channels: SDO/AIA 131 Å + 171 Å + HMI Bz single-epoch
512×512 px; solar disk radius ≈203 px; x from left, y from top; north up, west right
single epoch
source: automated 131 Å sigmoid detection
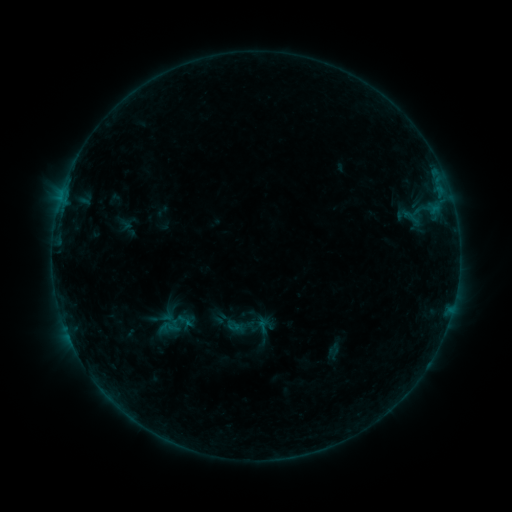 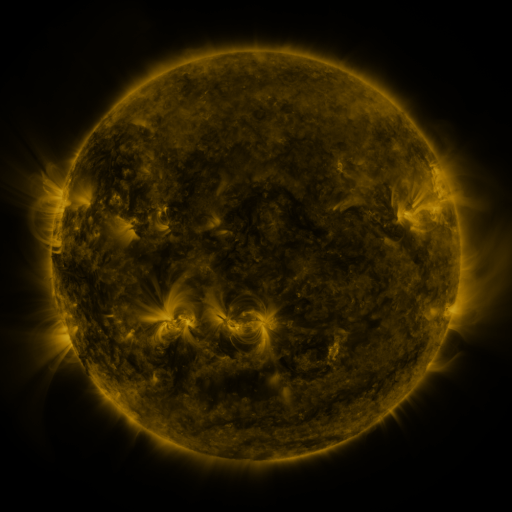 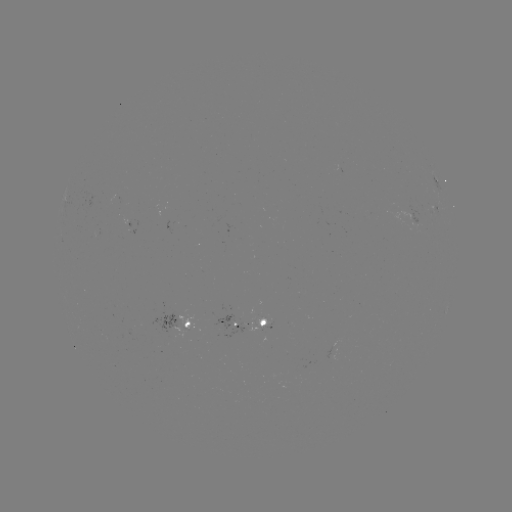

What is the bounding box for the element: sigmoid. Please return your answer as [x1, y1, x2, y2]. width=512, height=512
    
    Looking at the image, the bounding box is [398, 208, 423, 226].